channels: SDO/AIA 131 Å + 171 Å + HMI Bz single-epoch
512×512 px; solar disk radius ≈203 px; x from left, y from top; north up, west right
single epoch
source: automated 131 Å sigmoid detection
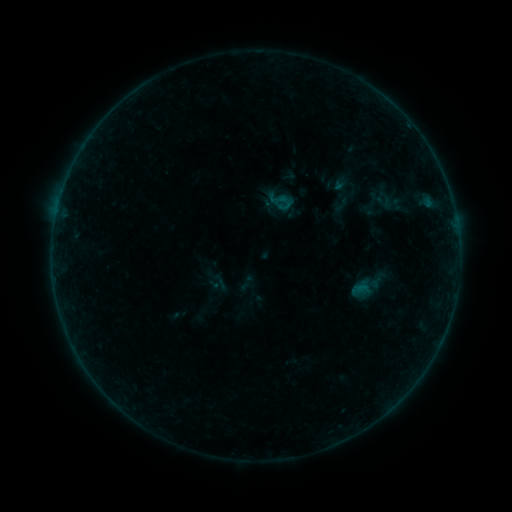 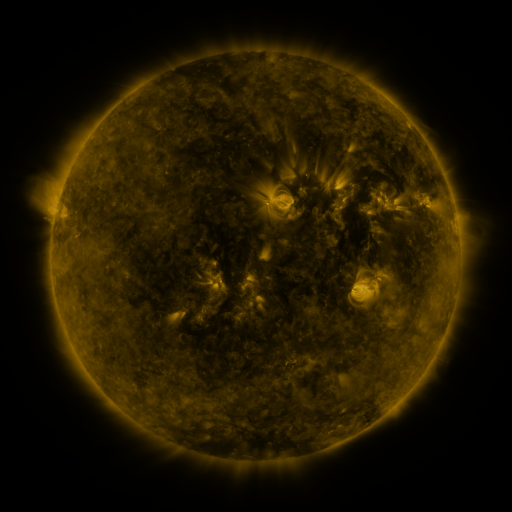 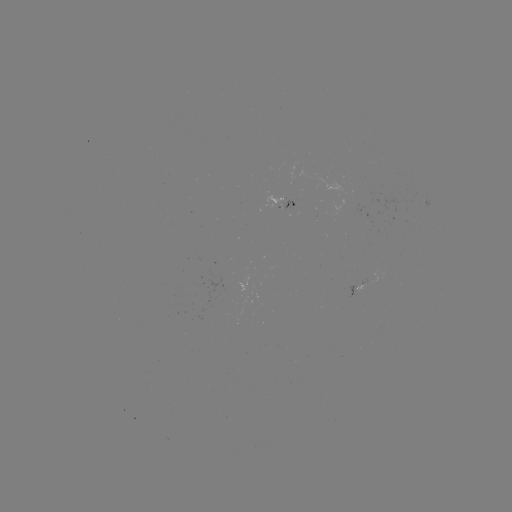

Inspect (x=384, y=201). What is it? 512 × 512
sigmoid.